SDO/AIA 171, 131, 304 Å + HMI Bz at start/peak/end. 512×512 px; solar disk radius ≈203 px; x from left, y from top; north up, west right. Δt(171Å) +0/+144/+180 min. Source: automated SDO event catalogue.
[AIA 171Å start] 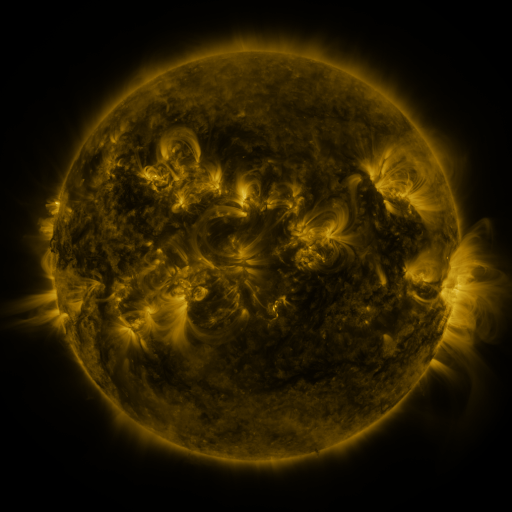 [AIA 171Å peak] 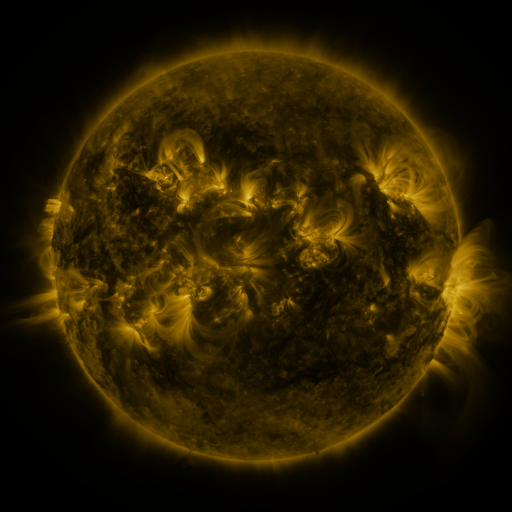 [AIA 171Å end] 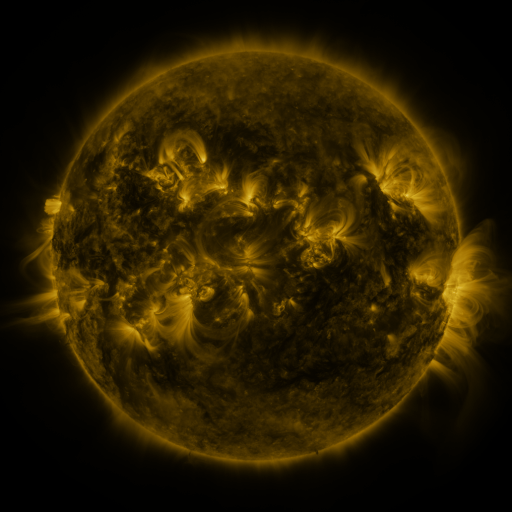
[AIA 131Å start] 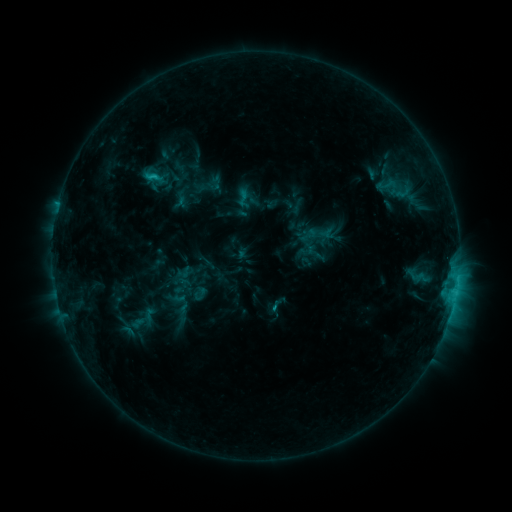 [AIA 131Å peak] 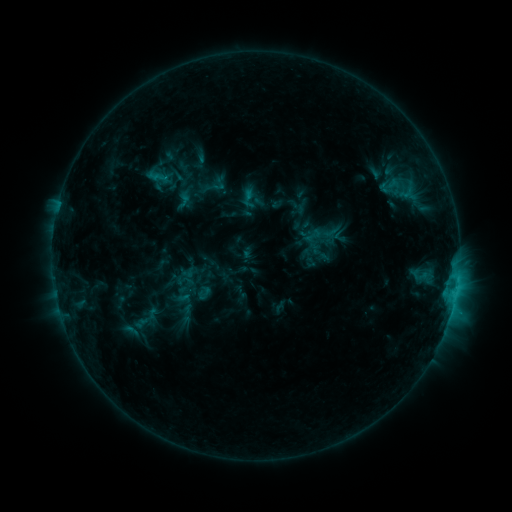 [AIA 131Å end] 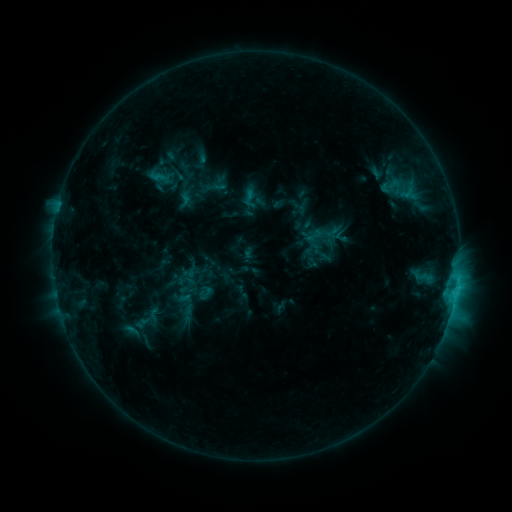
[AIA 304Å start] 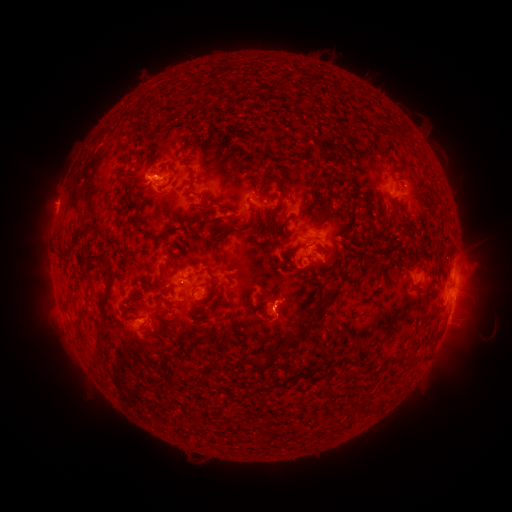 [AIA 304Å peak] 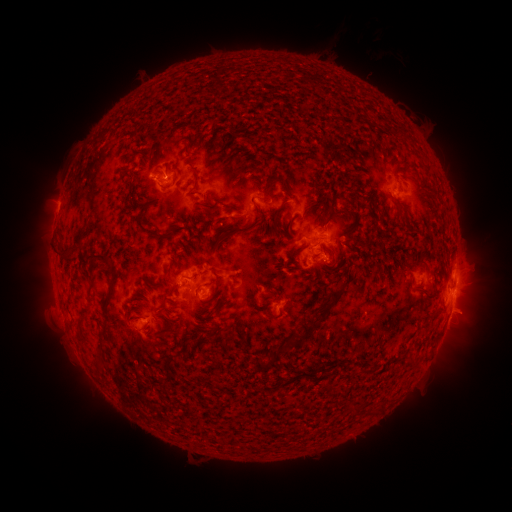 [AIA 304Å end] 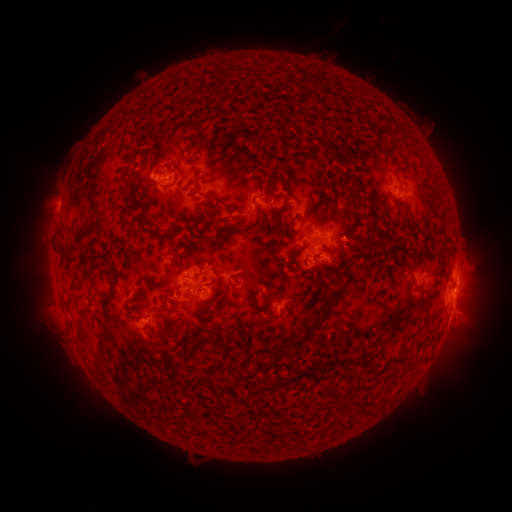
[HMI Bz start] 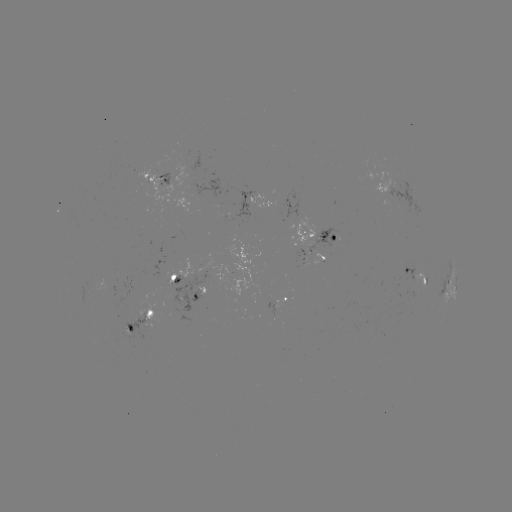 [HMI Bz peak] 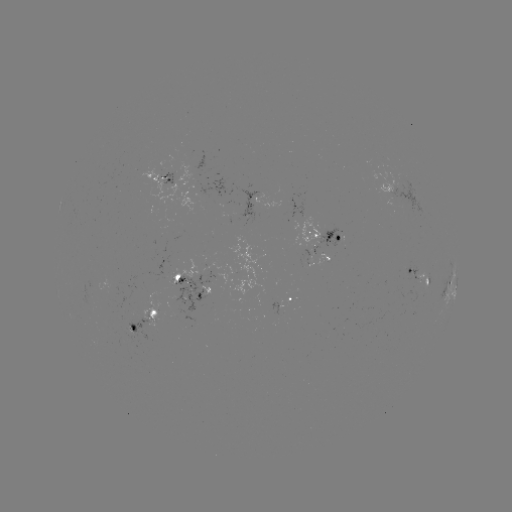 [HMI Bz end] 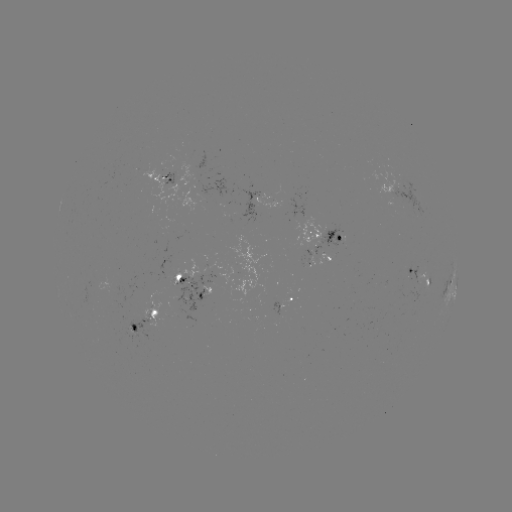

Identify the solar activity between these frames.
emerging-flux region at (193, 270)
